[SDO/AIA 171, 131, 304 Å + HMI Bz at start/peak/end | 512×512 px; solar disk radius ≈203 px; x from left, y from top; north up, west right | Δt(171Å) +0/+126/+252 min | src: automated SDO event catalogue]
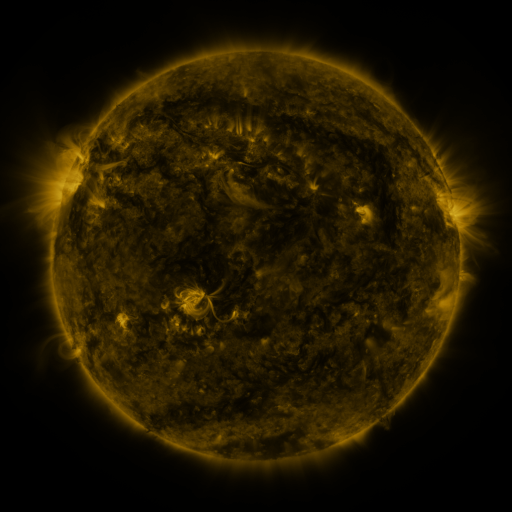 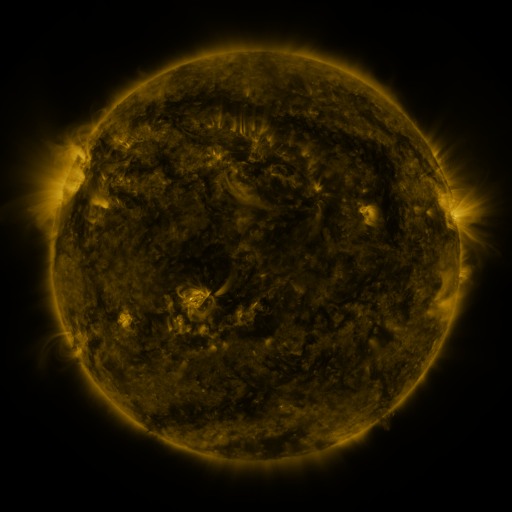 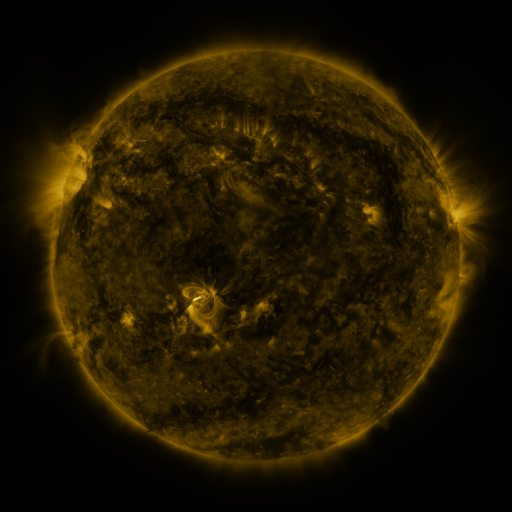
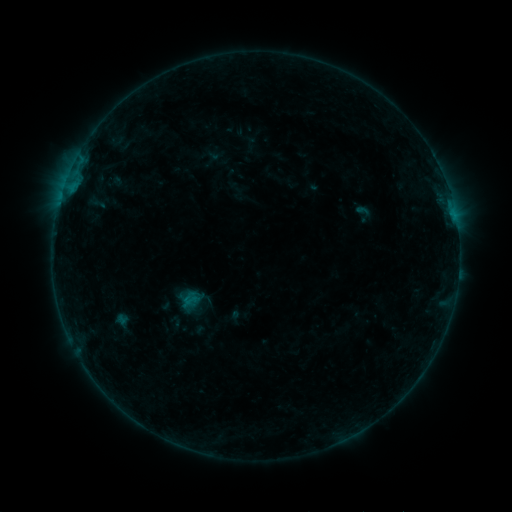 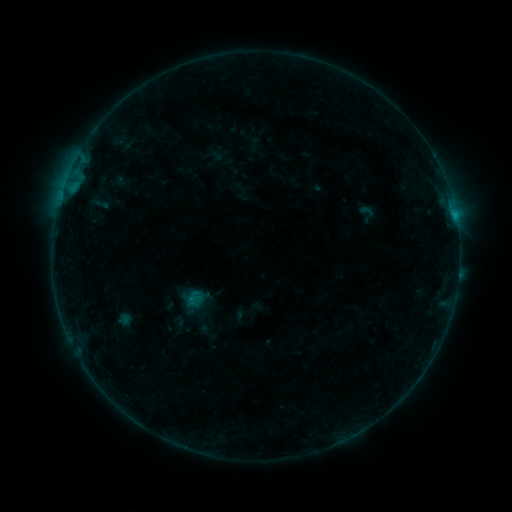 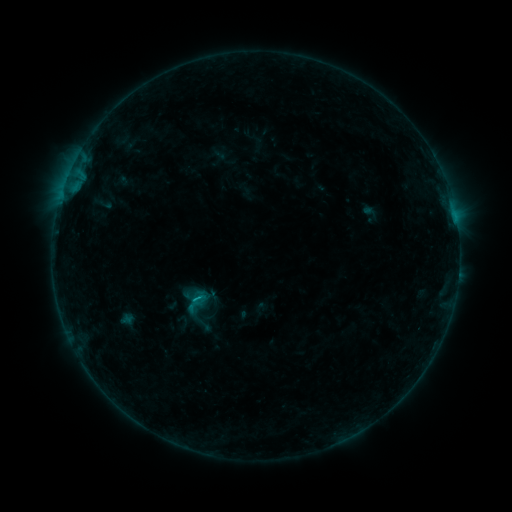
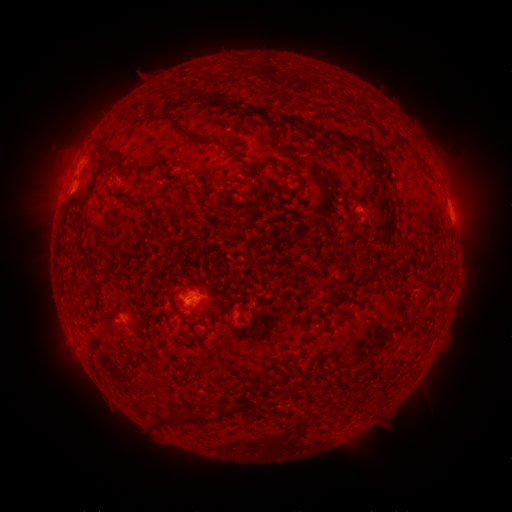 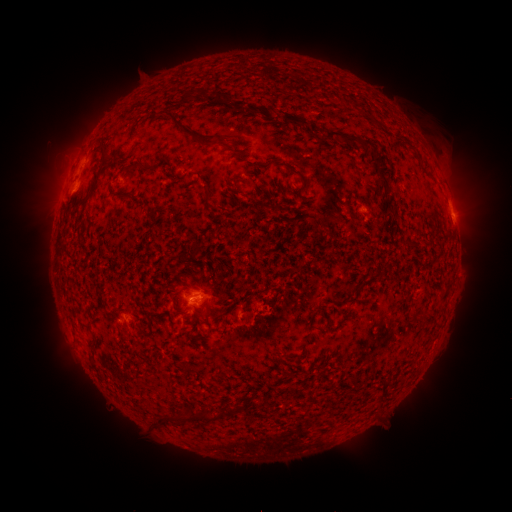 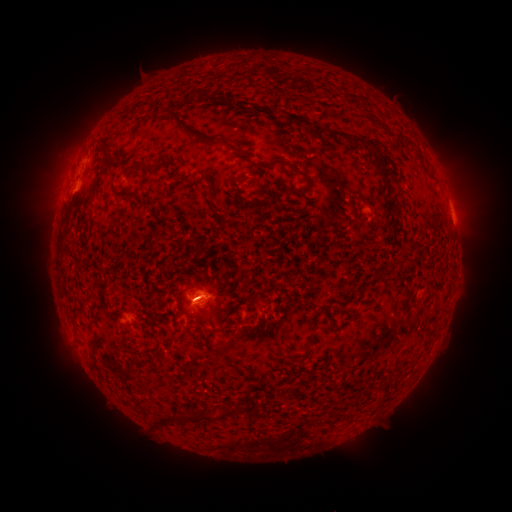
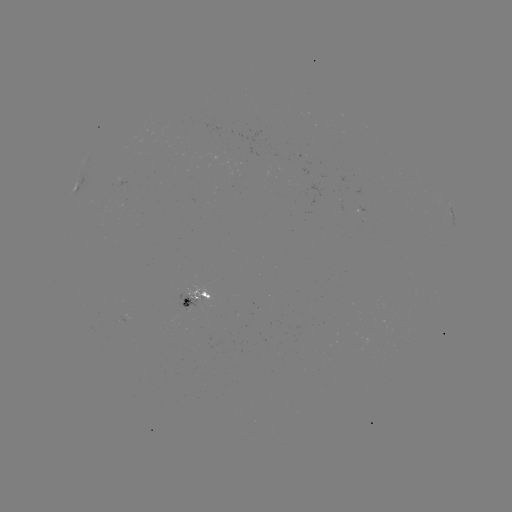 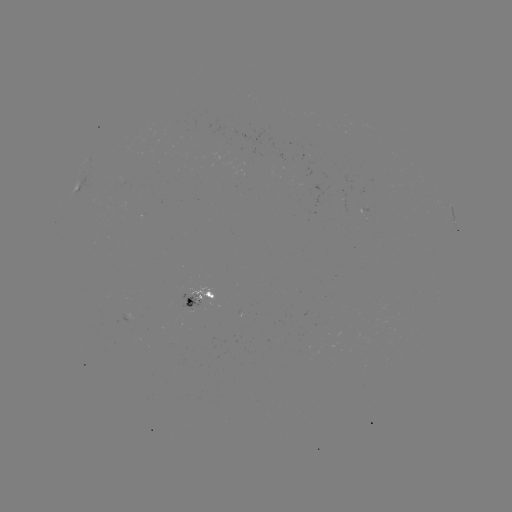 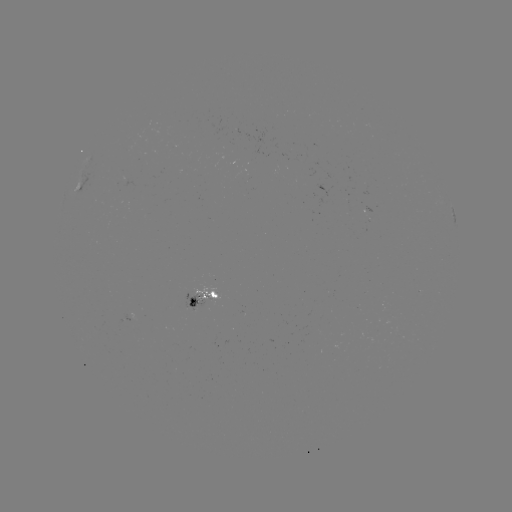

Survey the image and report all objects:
filament eruption: (436, 148)
